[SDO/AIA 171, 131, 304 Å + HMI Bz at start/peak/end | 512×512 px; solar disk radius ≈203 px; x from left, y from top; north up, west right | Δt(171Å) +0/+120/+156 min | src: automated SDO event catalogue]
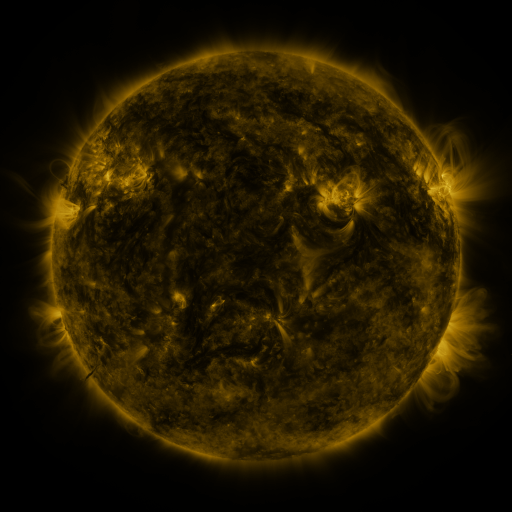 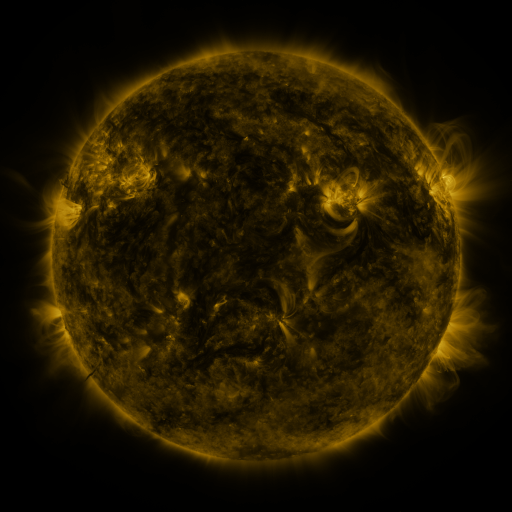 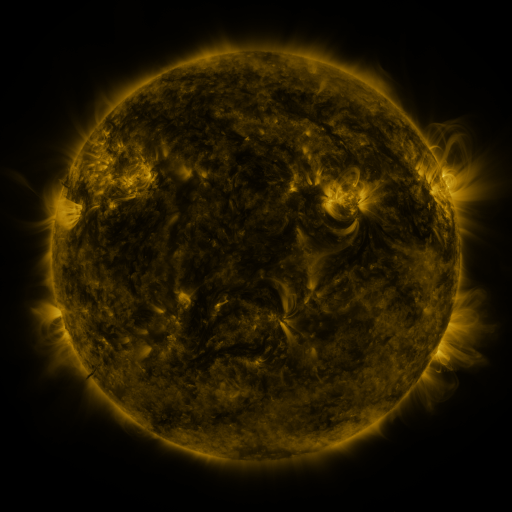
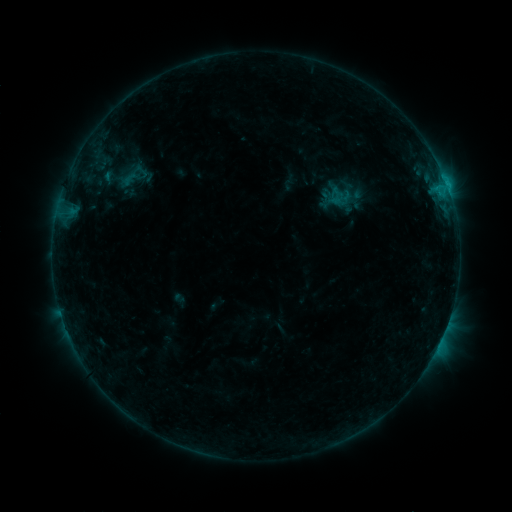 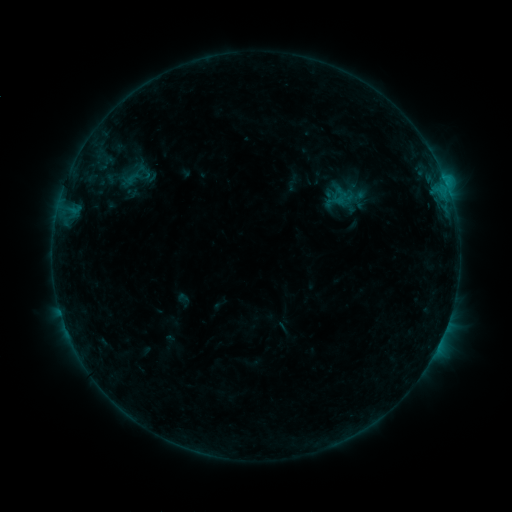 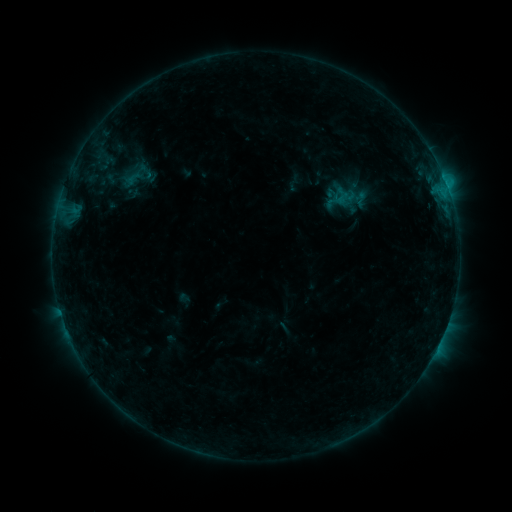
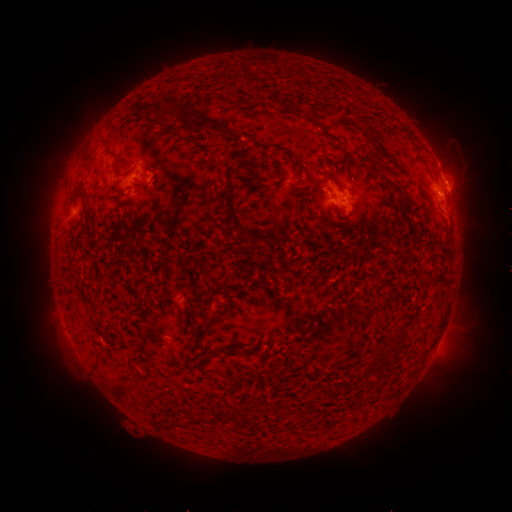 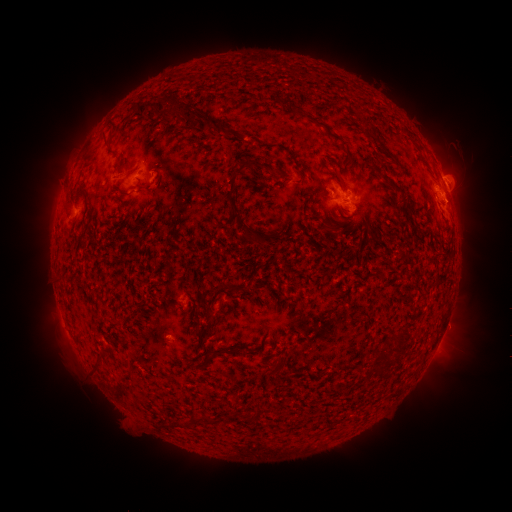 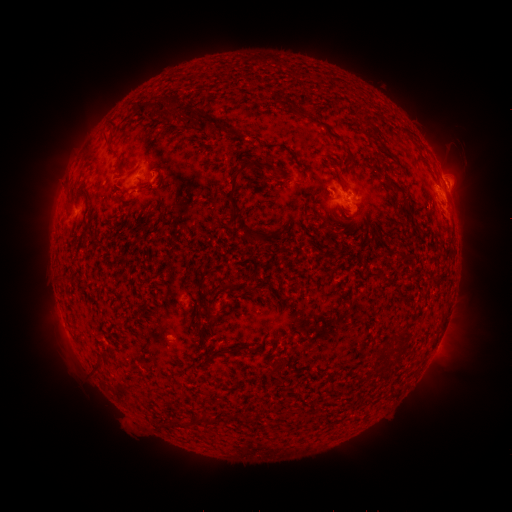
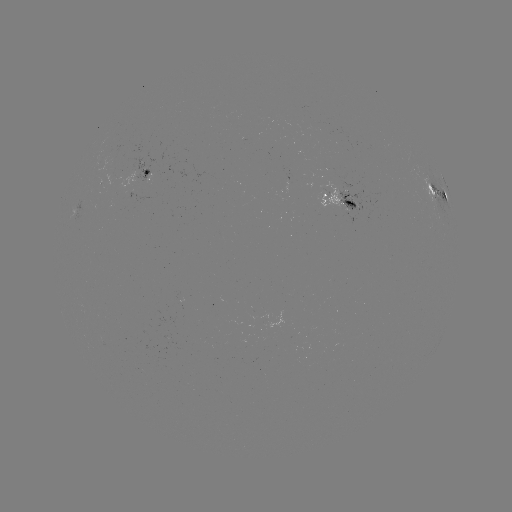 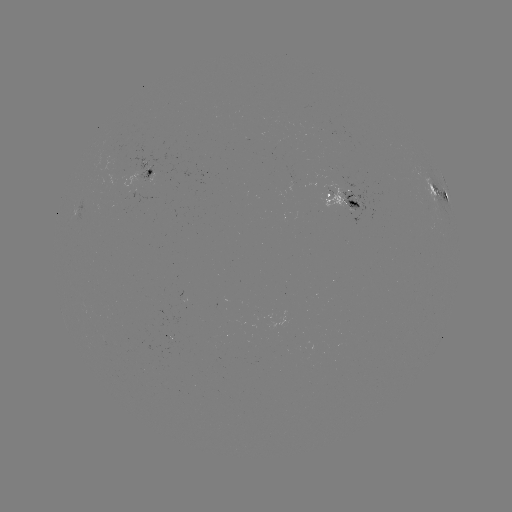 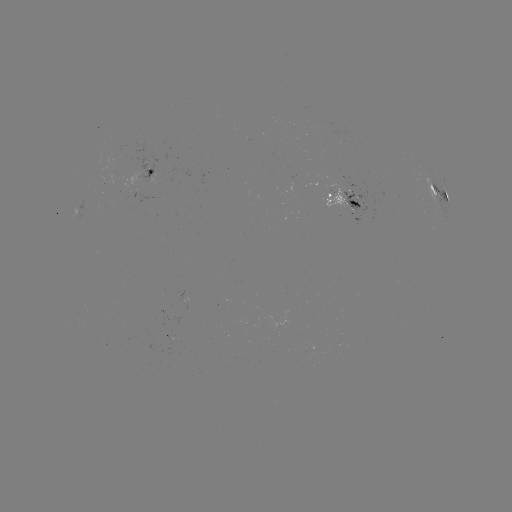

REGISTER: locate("emerging-flux region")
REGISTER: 113,177